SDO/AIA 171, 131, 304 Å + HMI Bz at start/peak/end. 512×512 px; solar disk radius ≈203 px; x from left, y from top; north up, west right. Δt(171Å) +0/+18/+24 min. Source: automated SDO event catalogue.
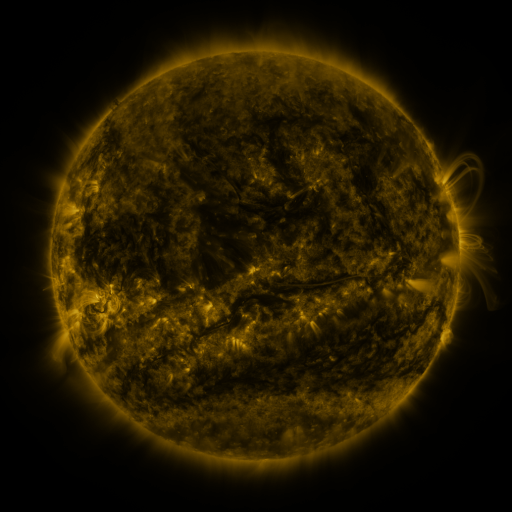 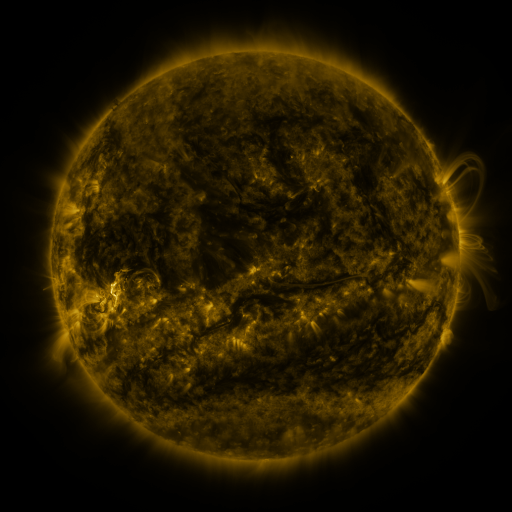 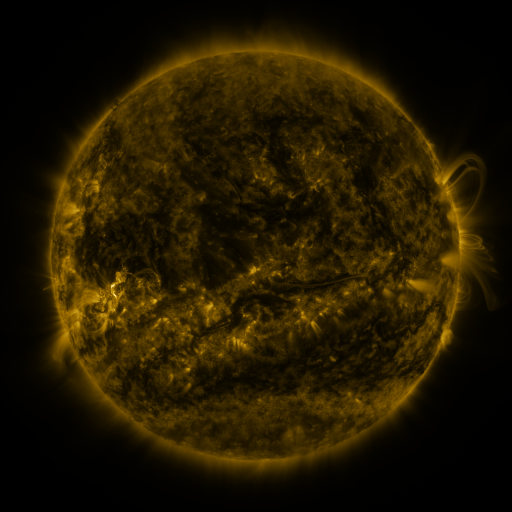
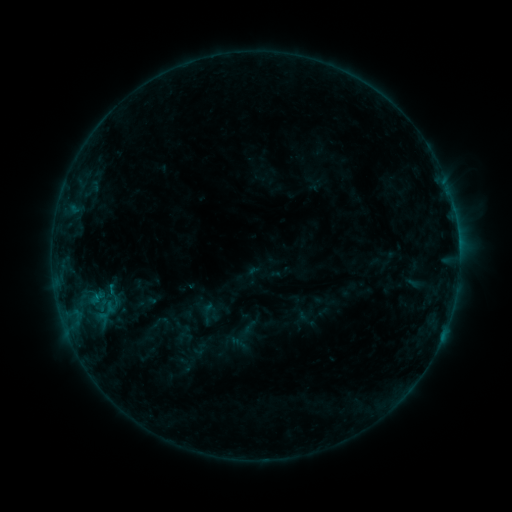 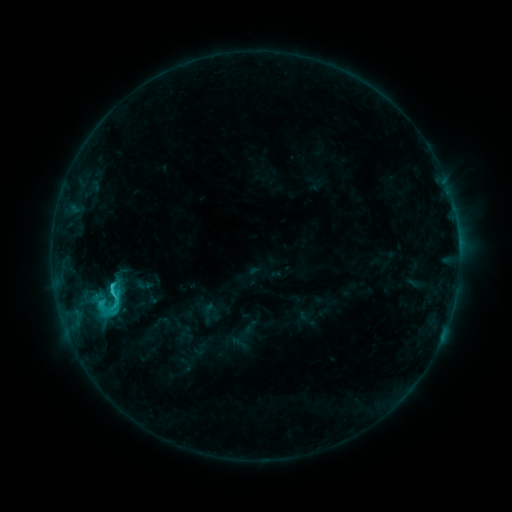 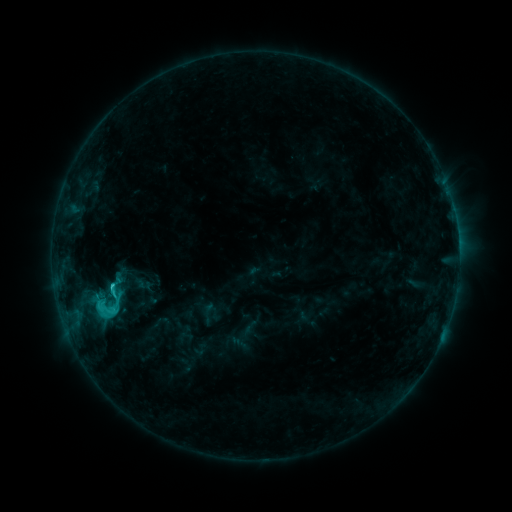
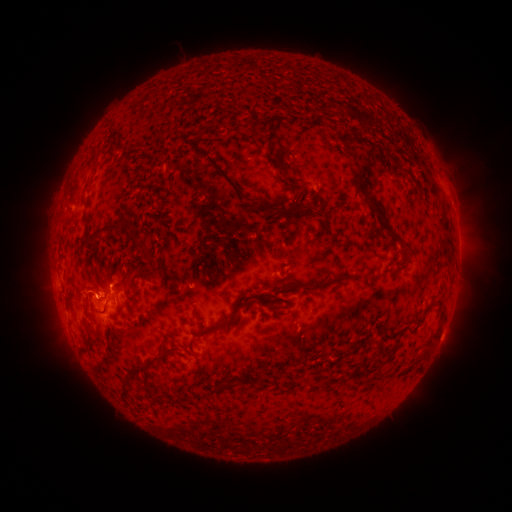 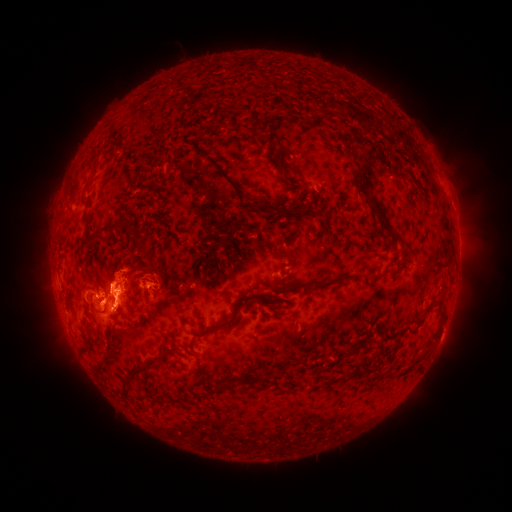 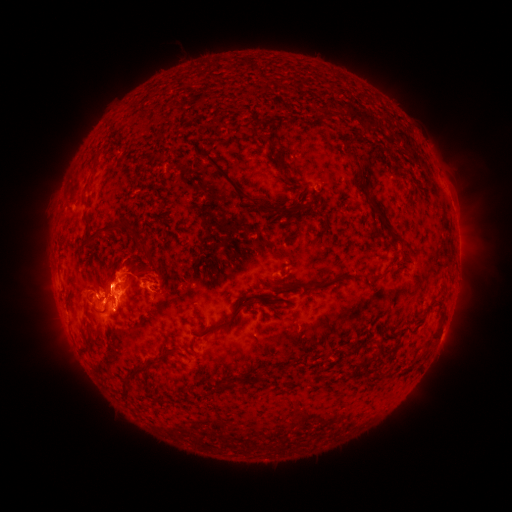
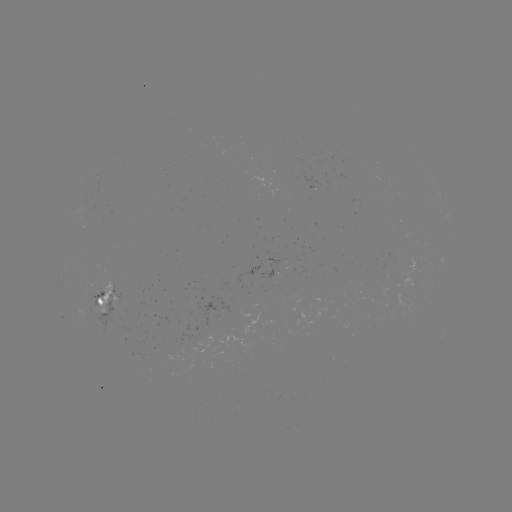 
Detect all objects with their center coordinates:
C2.9 flare: (113, 284)
